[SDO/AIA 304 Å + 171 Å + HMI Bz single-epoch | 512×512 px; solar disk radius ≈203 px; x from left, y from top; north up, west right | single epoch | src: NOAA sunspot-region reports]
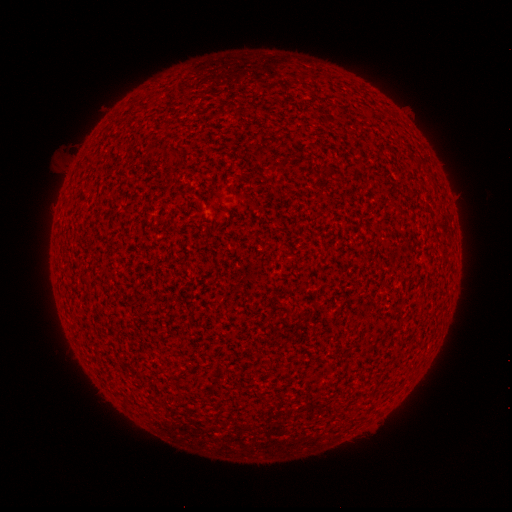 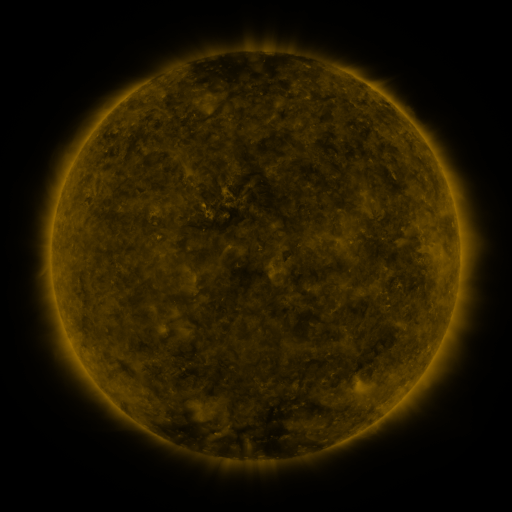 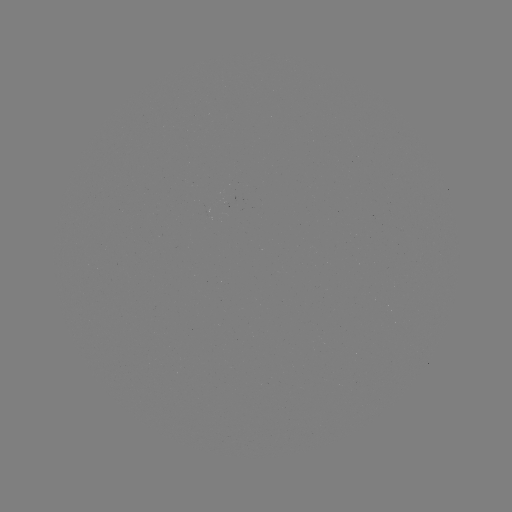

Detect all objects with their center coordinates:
(none)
